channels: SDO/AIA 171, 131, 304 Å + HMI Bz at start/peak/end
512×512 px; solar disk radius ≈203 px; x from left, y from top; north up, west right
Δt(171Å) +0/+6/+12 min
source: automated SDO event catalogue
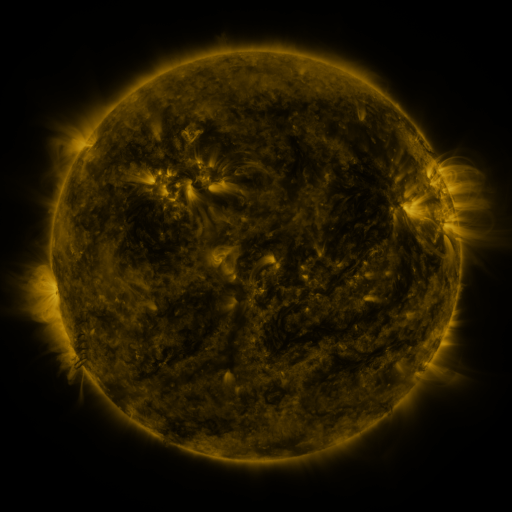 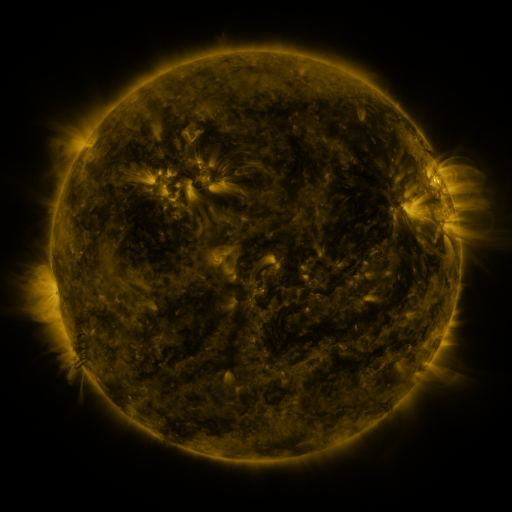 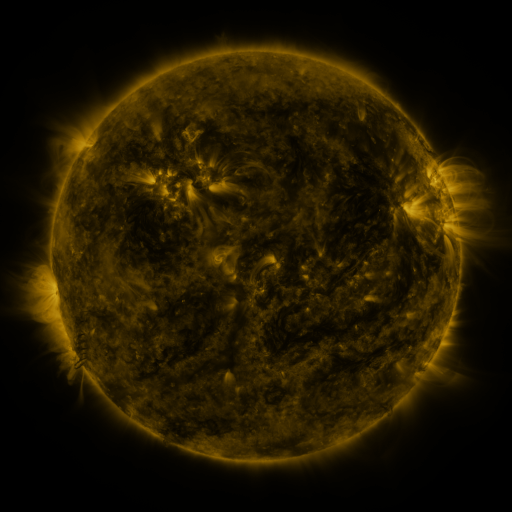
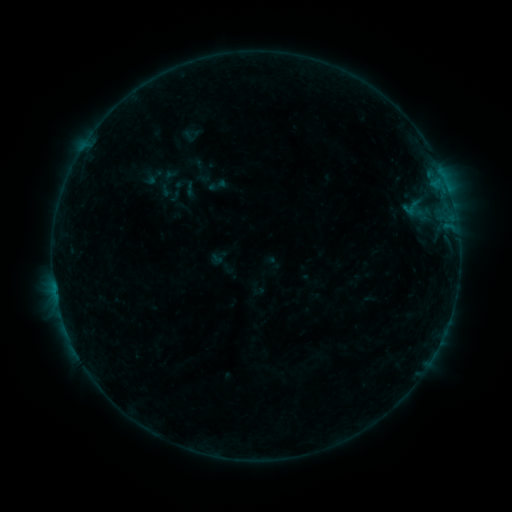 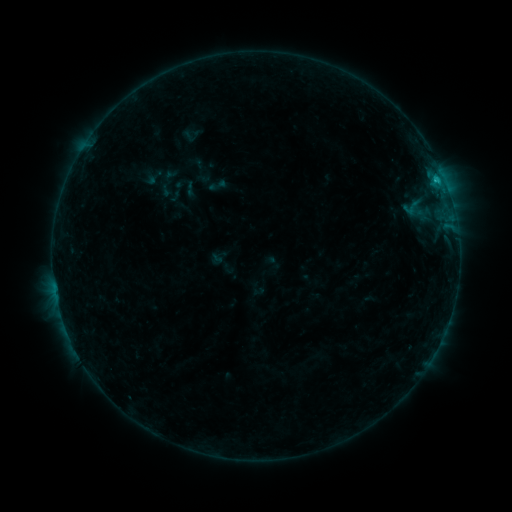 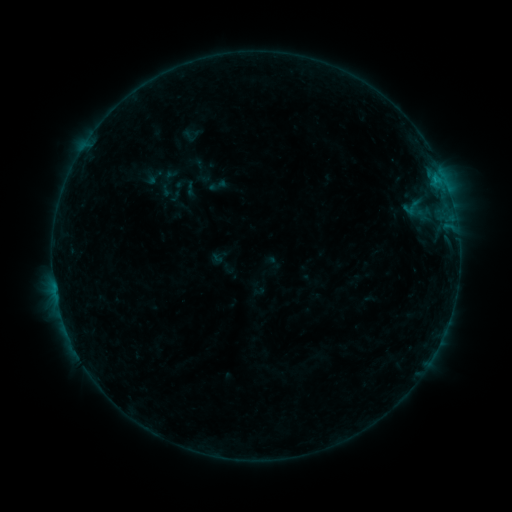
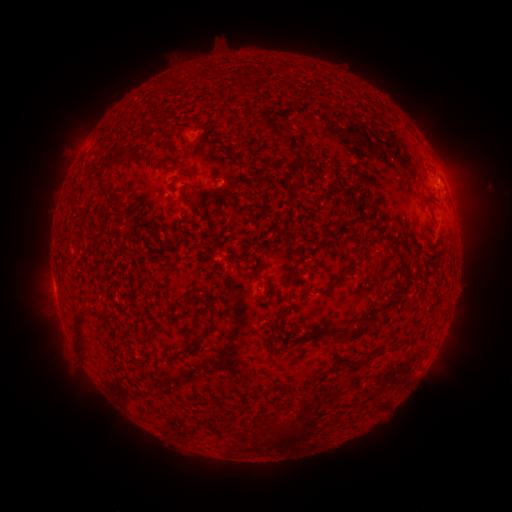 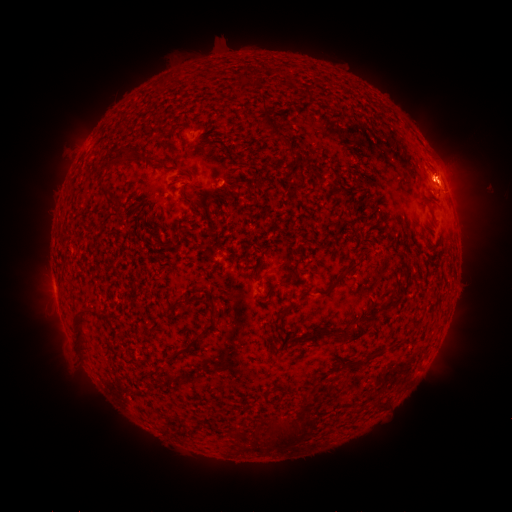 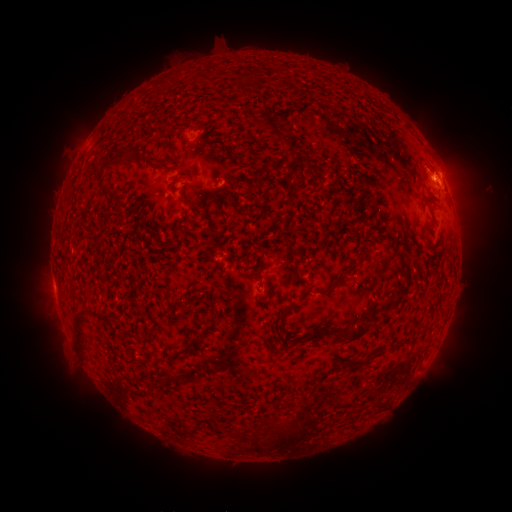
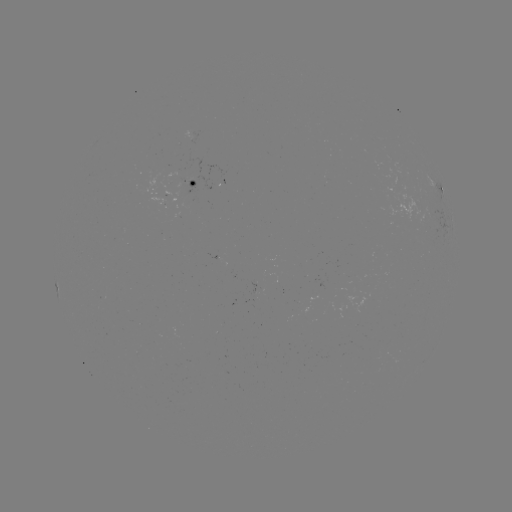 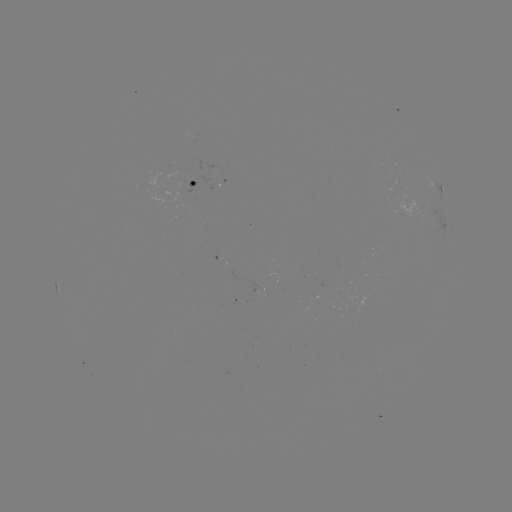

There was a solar flare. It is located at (436, 182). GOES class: B5.1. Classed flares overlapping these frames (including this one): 1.